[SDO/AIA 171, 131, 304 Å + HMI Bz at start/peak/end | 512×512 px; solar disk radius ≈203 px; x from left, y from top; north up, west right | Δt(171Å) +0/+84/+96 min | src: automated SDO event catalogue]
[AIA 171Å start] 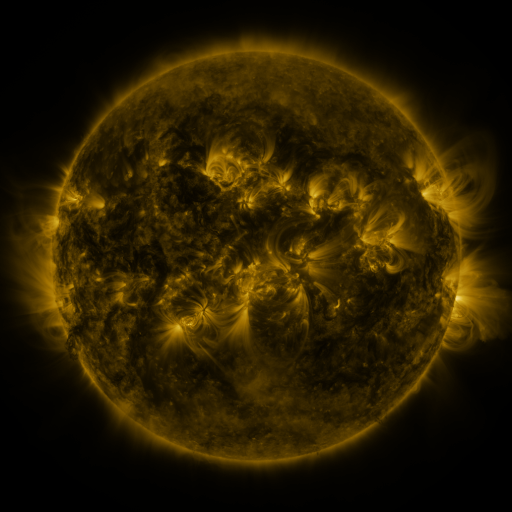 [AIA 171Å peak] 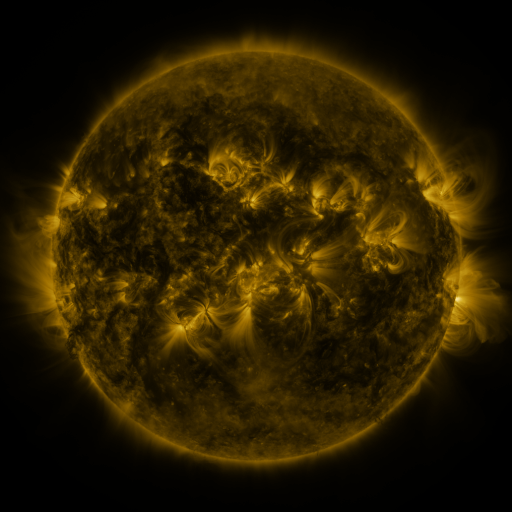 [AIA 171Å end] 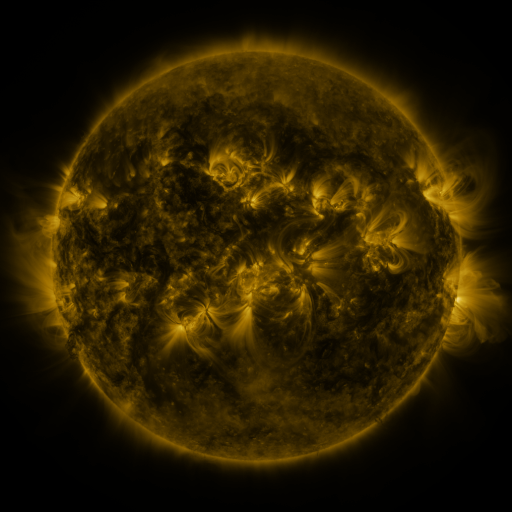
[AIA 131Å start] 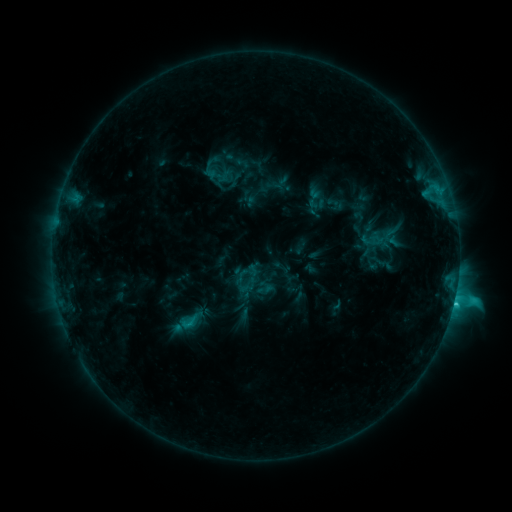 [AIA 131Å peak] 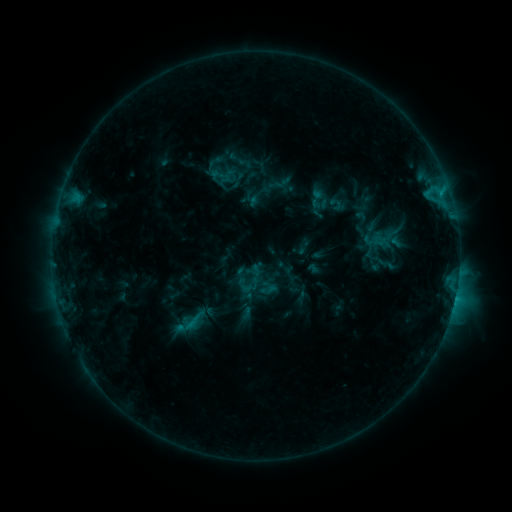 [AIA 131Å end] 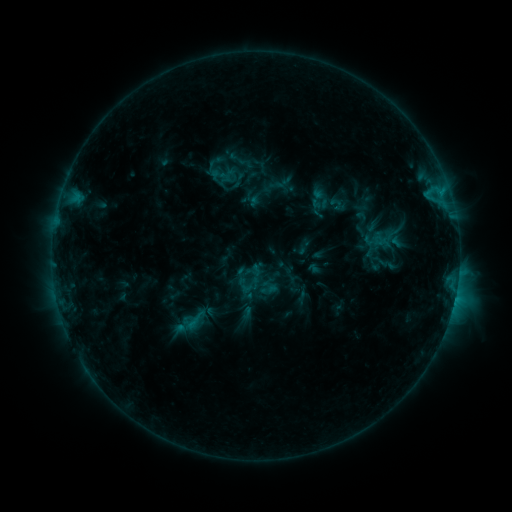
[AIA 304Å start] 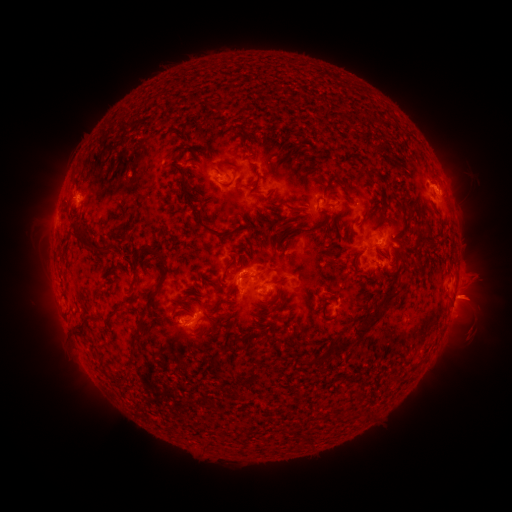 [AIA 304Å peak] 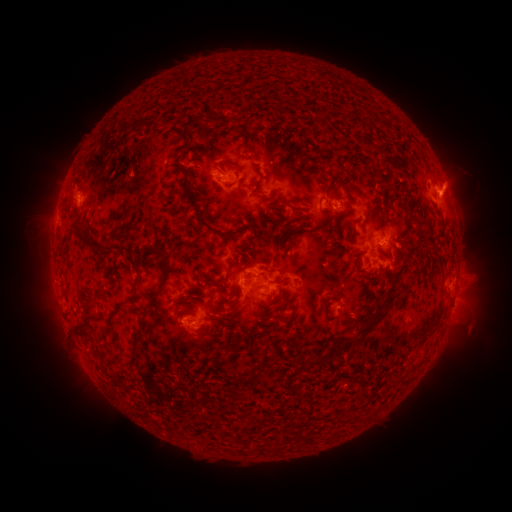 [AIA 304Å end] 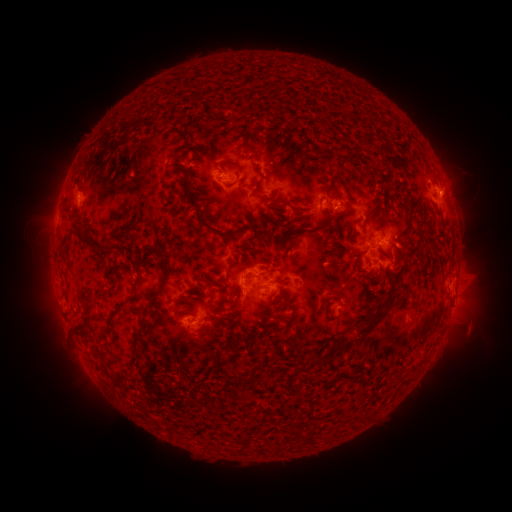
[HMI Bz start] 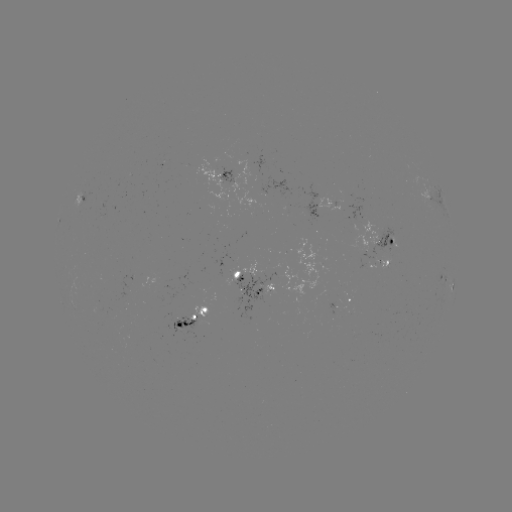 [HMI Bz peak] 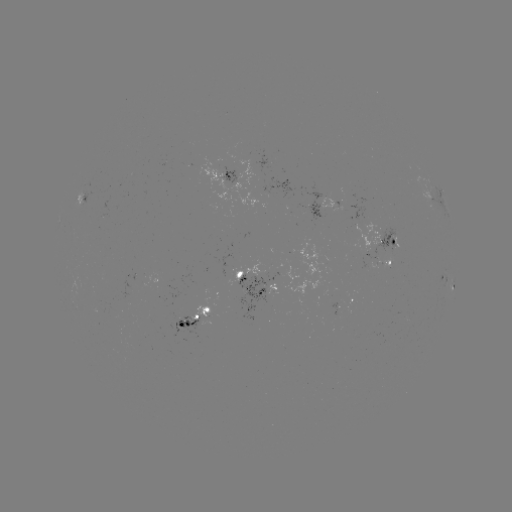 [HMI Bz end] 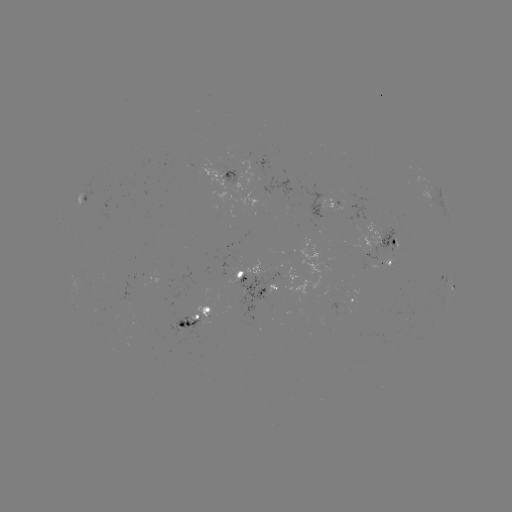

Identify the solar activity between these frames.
emerging-flux region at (205, 314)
